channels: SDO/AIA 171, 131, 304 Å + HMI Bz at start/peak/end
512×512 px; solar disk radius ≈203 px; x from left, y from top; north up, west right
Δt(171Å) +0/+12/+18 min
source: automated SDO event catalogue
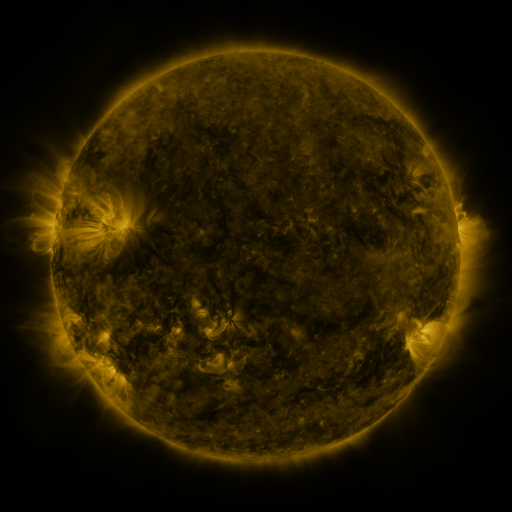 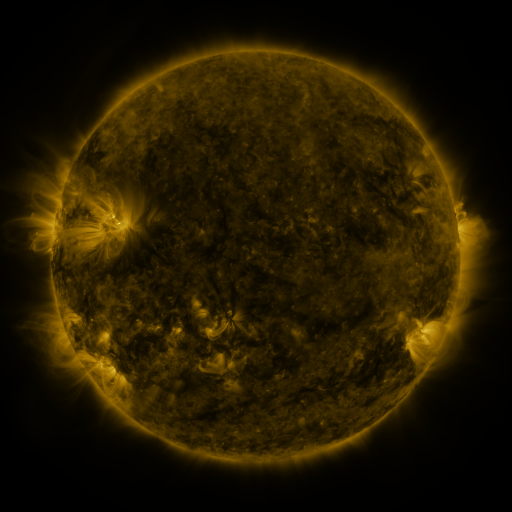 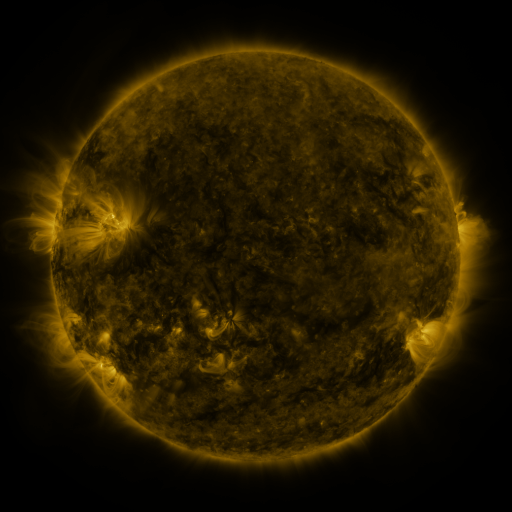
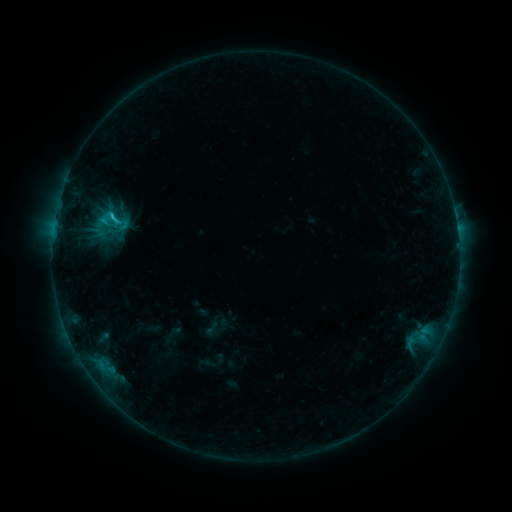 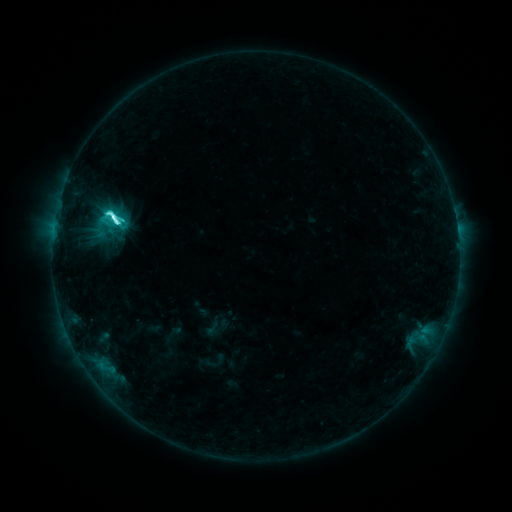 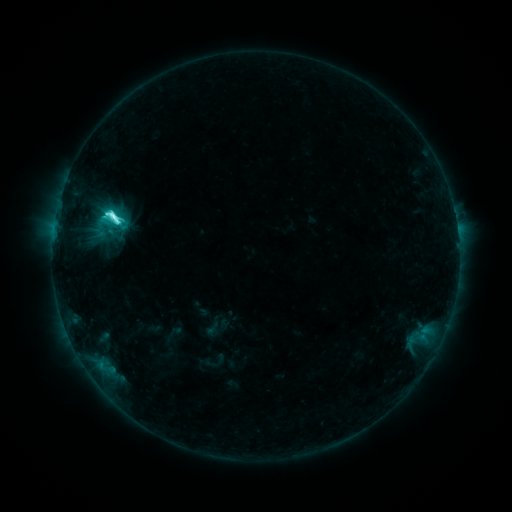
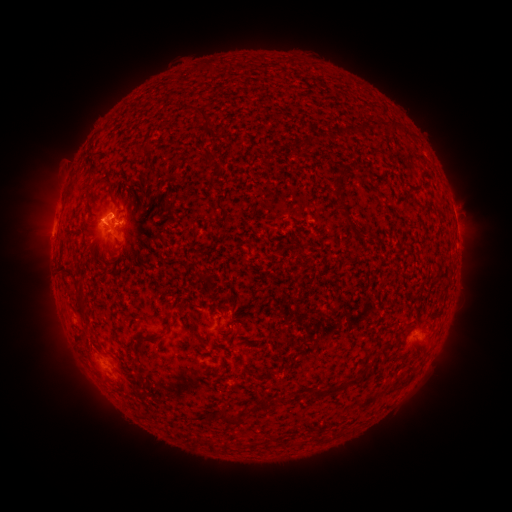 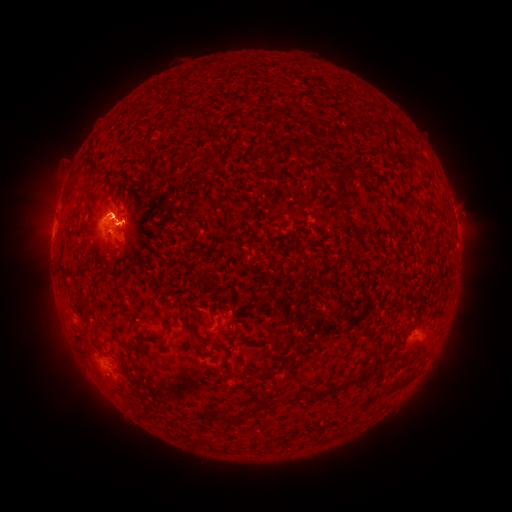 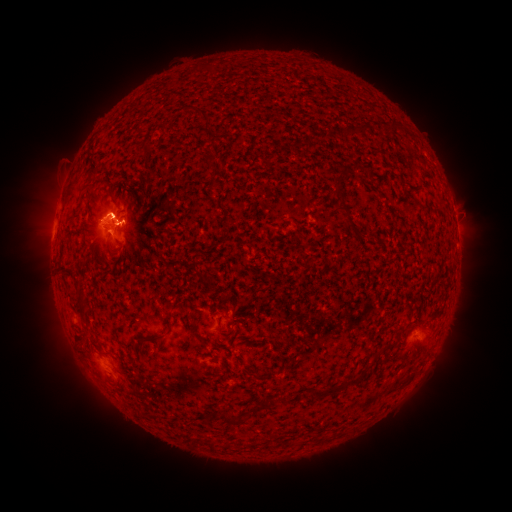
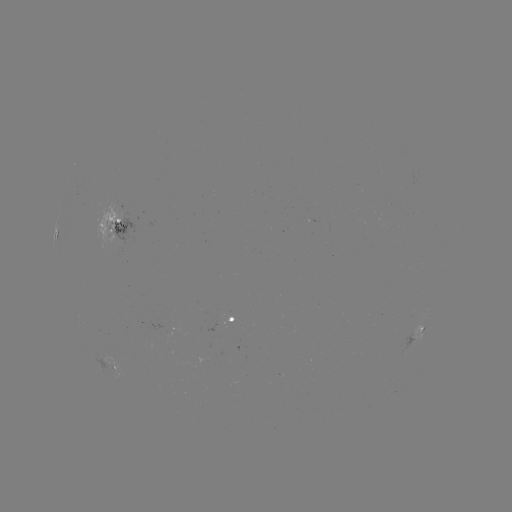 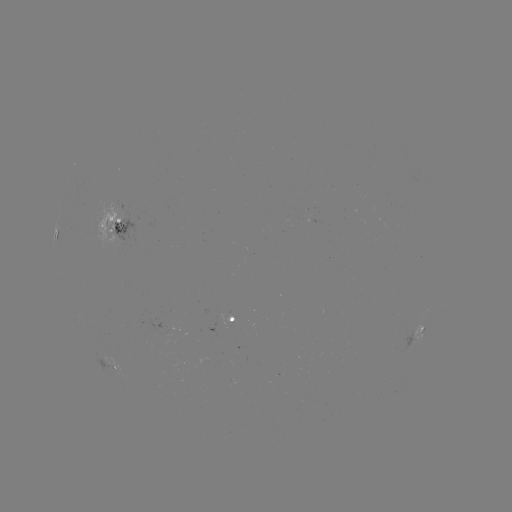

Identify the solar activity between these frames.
C9.0 flare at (118, 225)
